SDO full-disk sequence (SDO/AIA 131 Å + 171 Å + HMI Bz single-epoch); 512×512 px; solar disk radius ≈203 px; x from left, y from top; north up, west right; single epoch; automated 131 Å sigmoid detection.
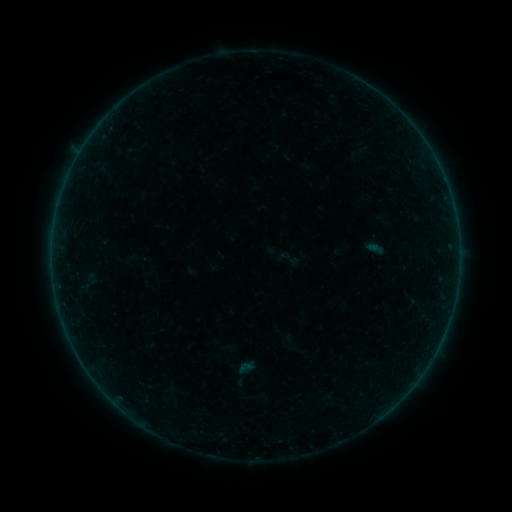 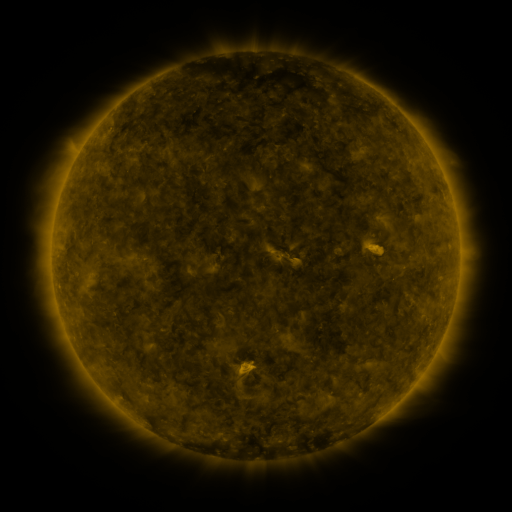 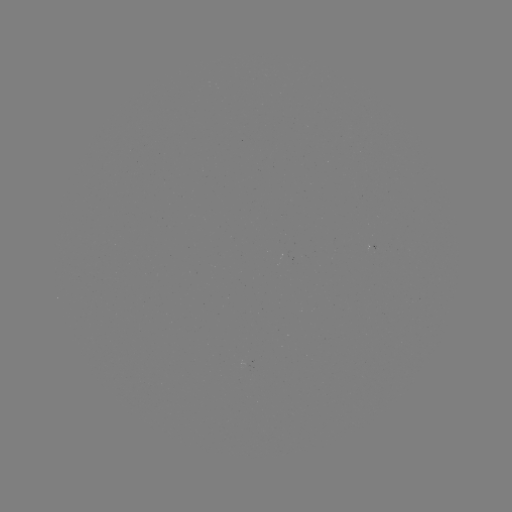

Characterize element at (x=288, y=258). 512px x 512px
sigmoid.